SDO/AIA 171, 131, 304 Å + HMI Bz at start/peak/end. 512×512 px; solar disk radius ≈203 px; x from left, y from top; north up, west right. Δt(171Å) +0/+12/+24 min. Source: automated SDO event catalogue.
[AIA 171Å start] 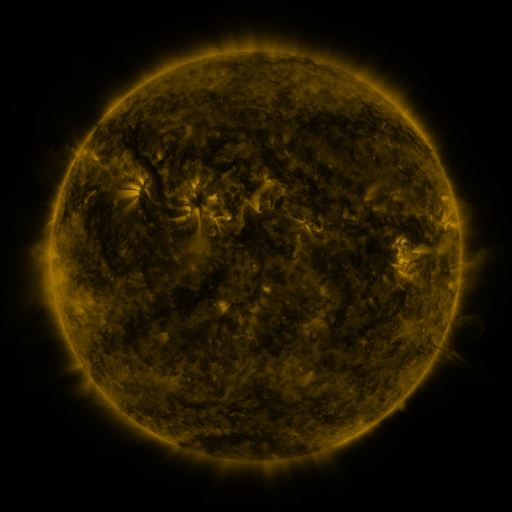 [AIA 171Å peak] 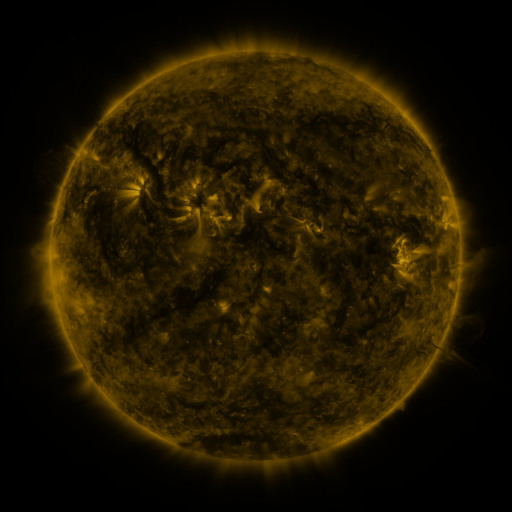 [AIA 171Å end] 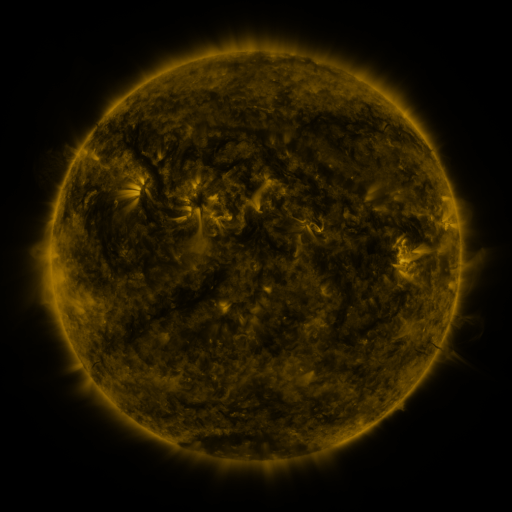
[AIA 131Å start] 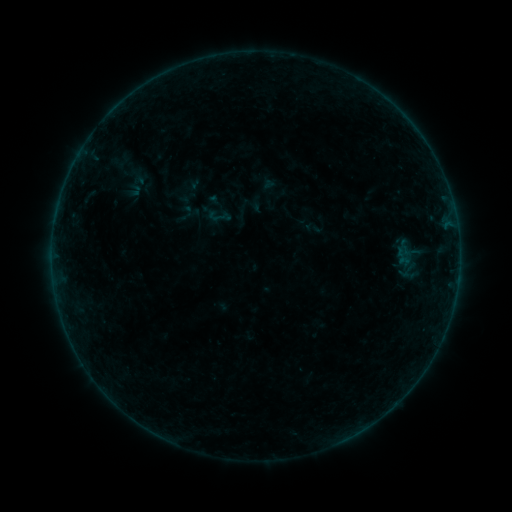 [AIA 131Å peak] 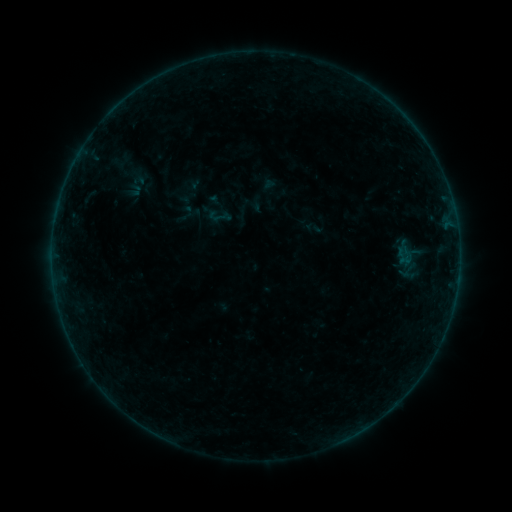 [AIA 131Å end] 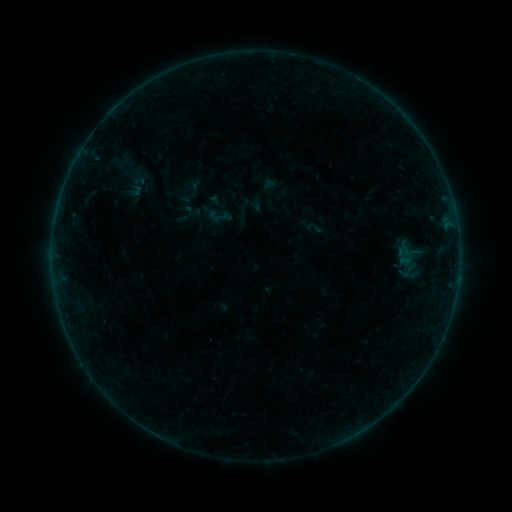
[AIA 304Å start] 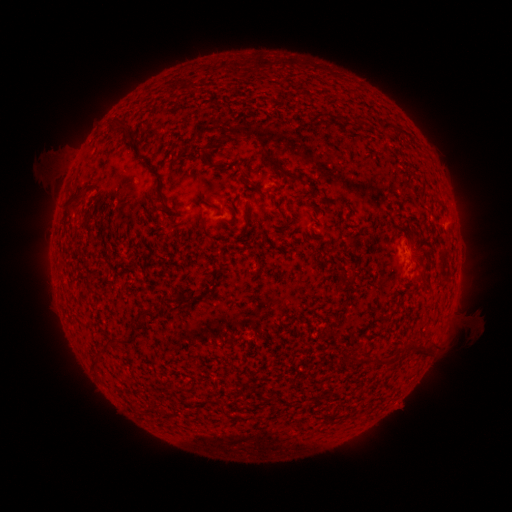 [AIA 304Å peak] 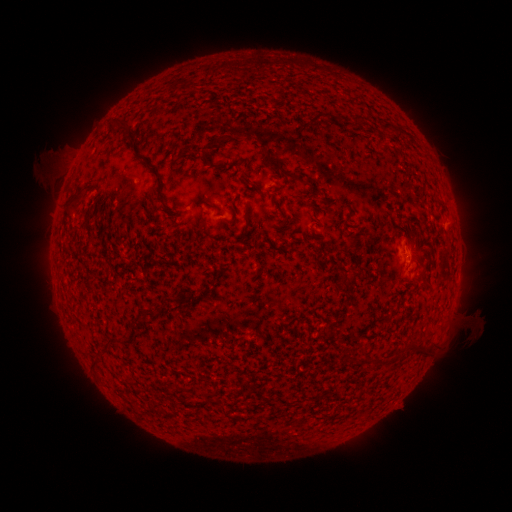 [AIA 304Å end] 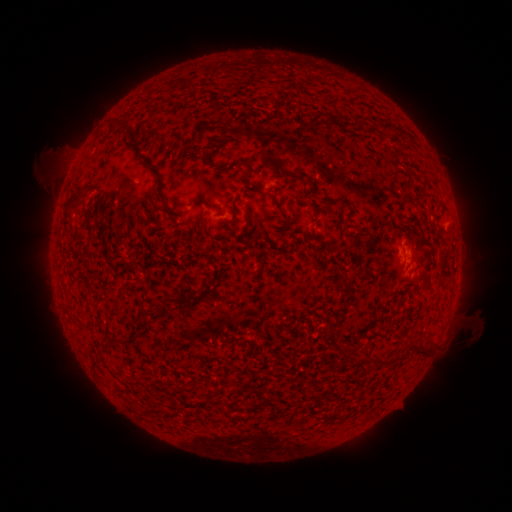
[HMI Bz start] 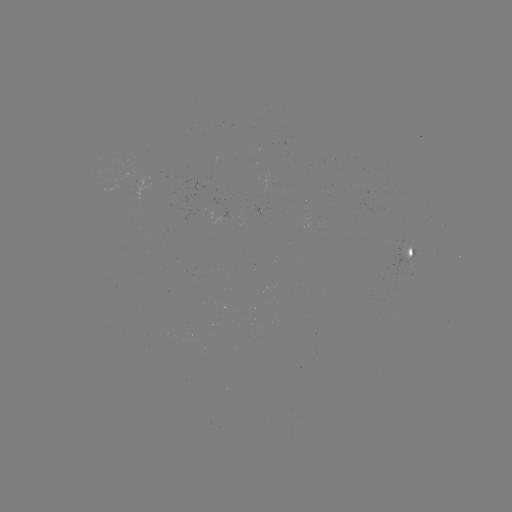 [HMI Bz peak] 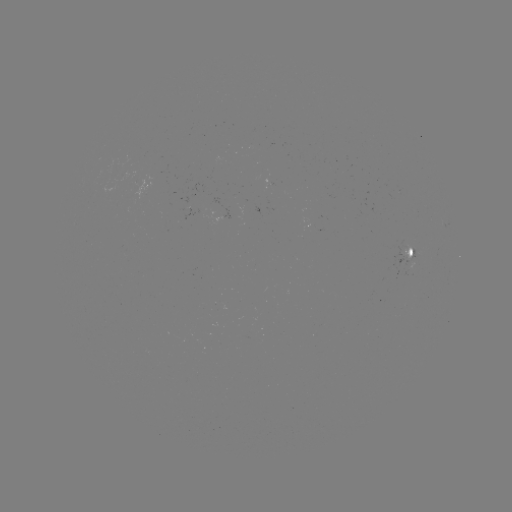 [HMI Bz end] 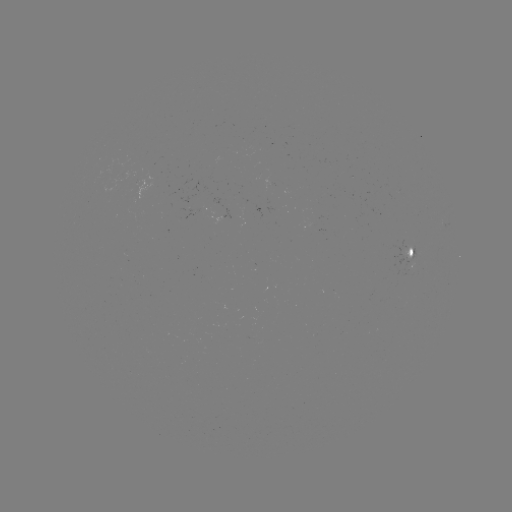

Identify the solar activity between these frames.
no catalogued flare and no flagged EUV brightening in this window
